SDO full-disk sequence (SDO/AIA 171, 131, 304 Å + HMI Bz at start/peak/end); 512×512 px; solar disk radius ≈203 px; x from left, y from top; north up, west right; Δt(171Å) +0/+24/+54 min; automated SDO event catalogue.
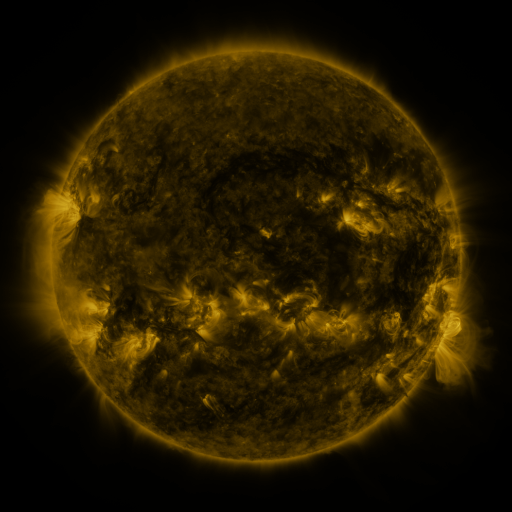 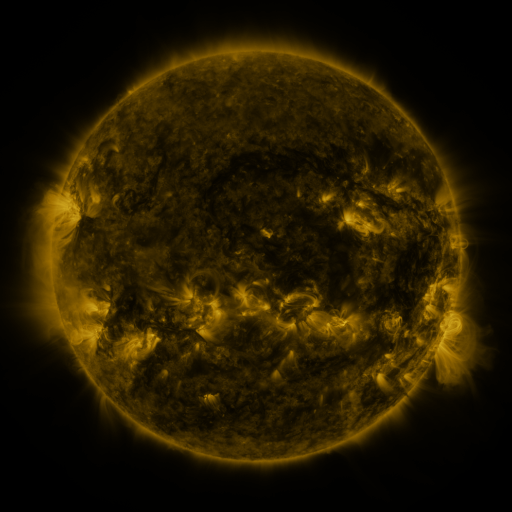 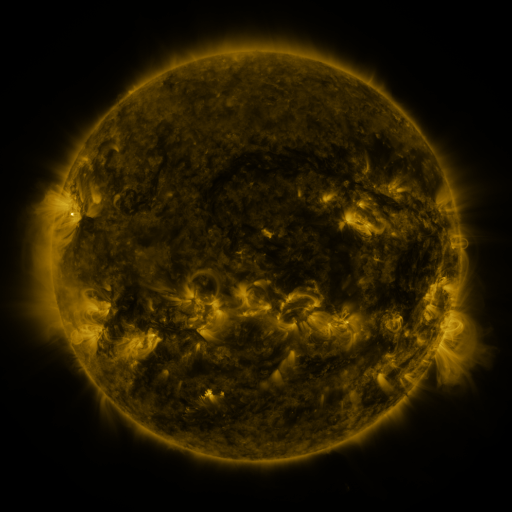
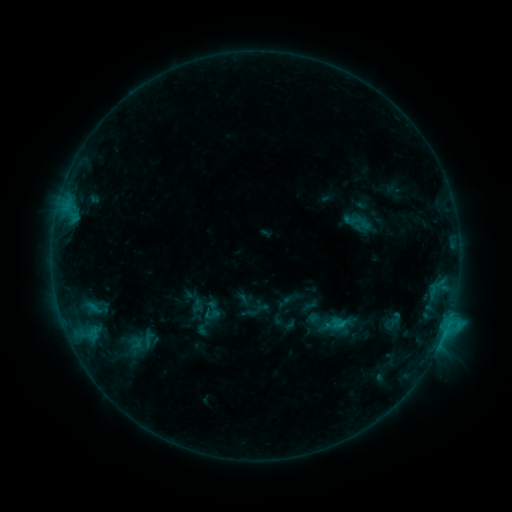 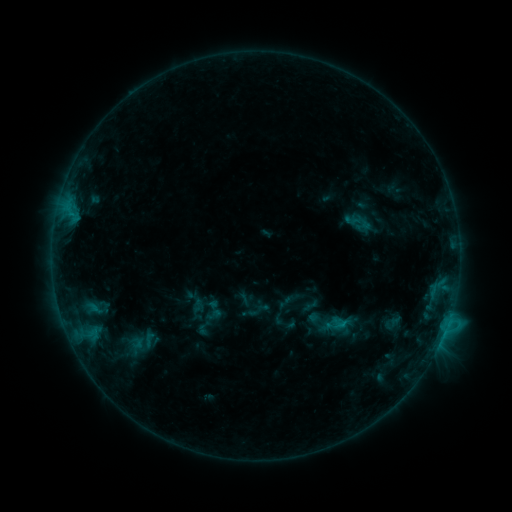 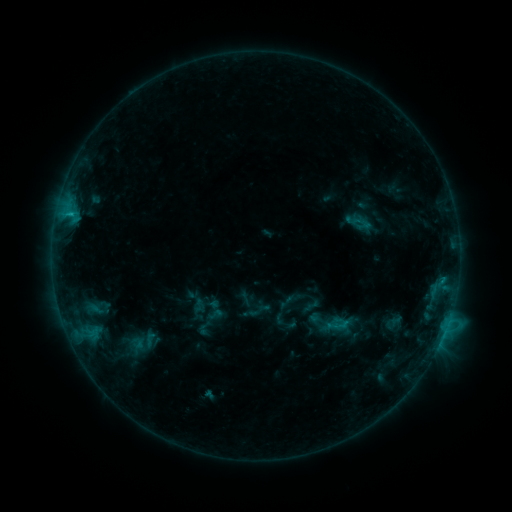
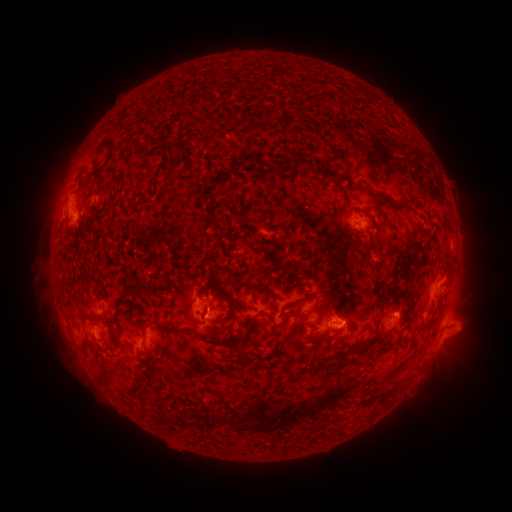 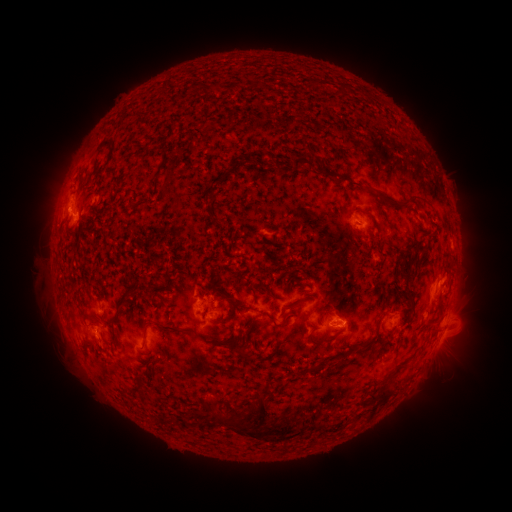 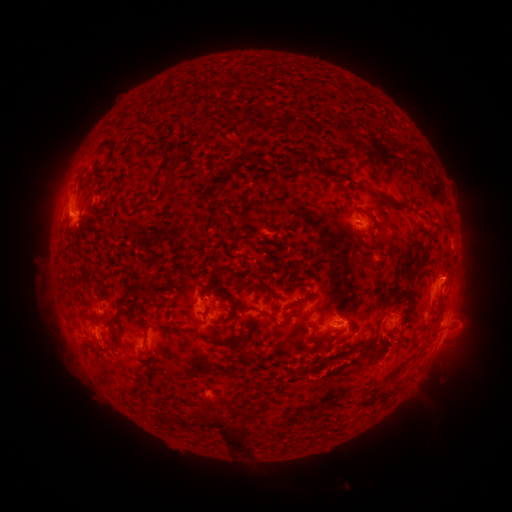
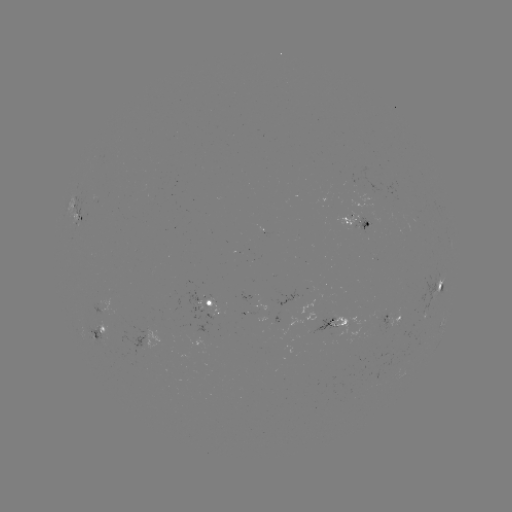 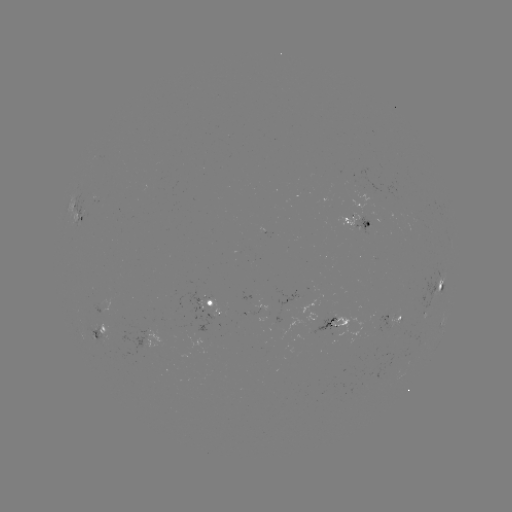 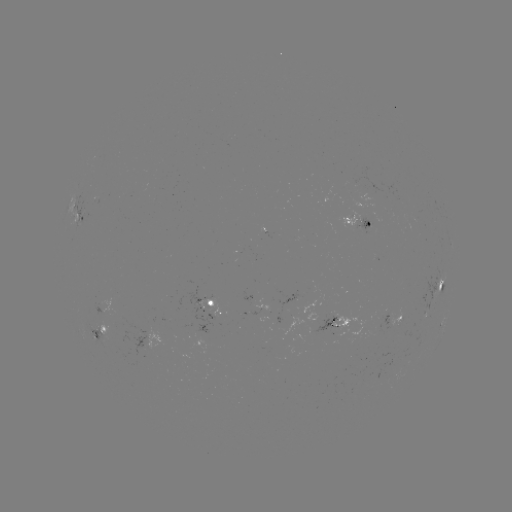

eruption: (219, 365, 398, 481)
